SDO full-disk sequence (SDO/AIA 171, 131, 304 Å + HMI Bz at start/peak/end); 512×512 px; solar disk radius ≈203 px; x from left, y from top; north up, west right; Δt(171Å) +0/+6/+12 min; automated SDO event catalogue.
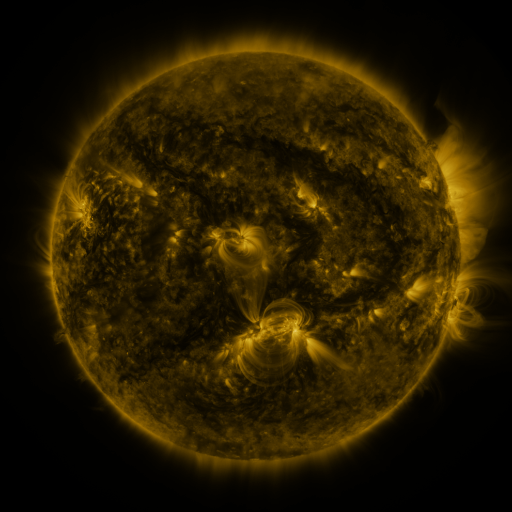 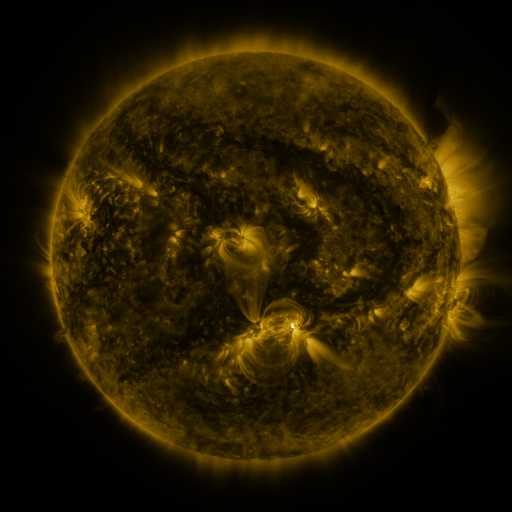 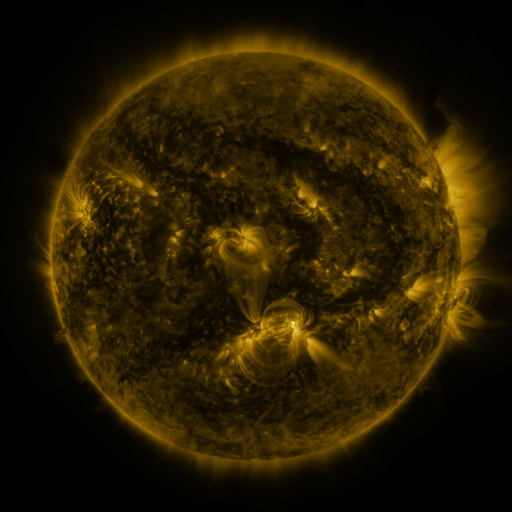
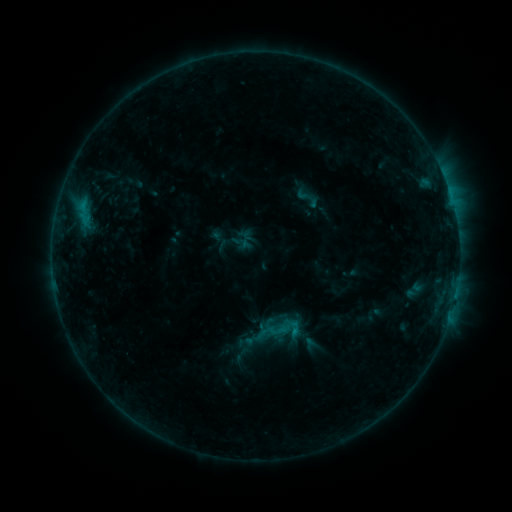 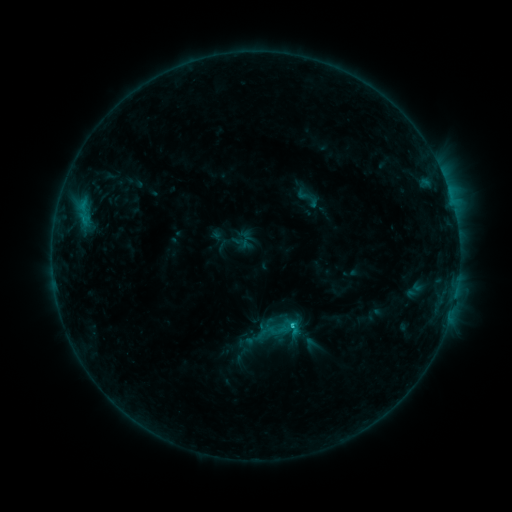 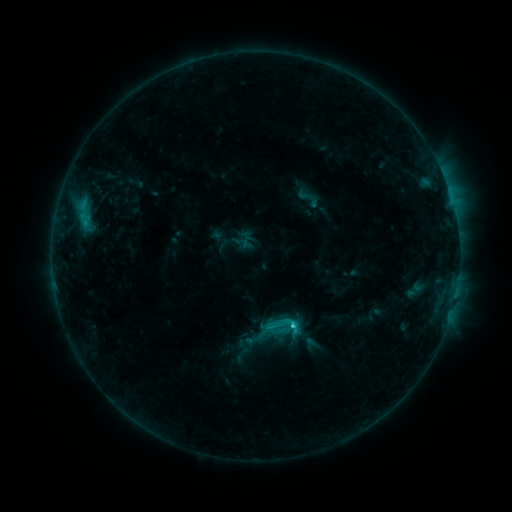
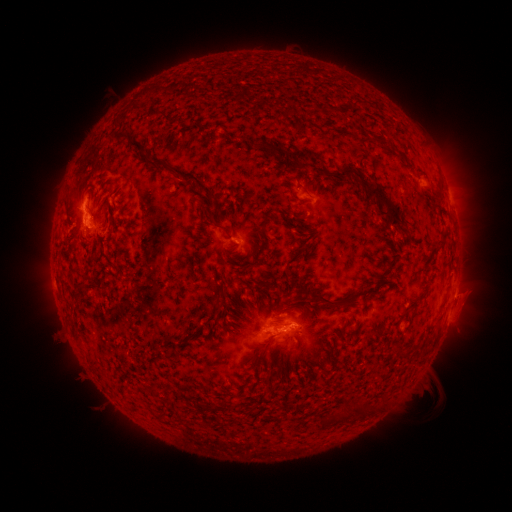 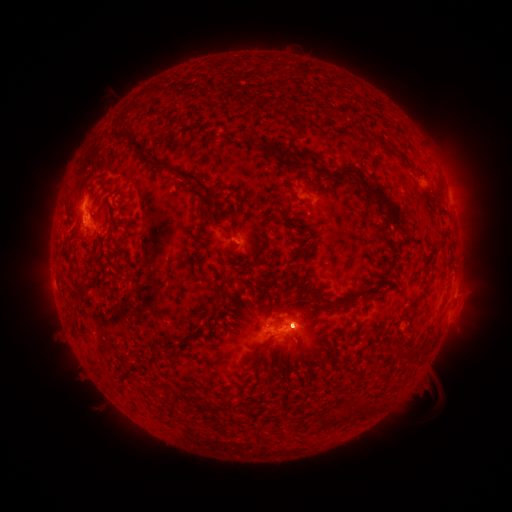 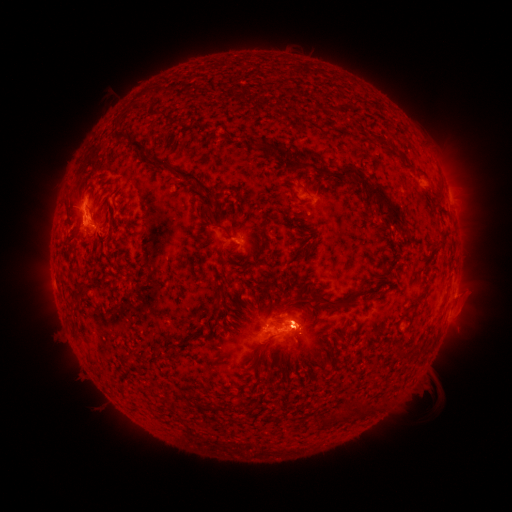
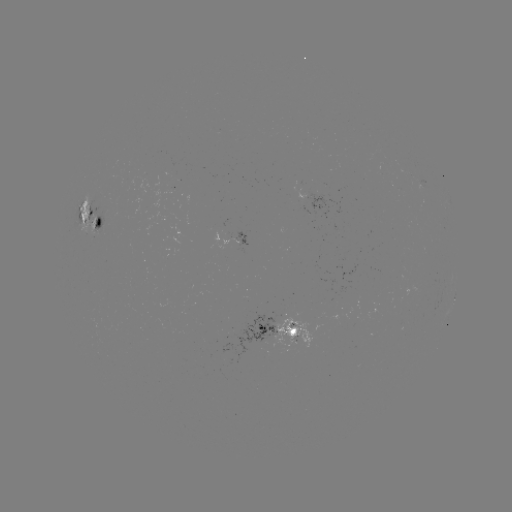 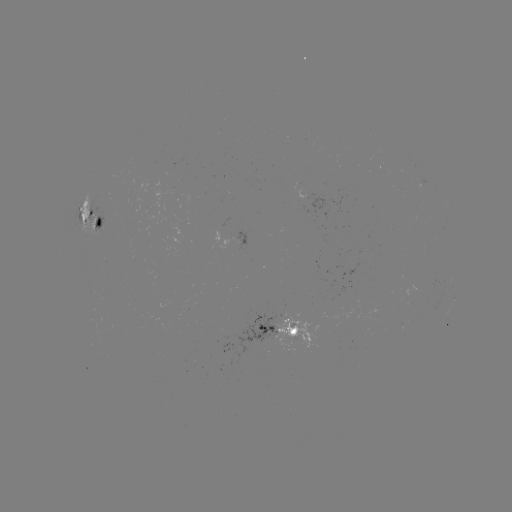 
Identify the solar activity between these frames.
eruption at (302, 327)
